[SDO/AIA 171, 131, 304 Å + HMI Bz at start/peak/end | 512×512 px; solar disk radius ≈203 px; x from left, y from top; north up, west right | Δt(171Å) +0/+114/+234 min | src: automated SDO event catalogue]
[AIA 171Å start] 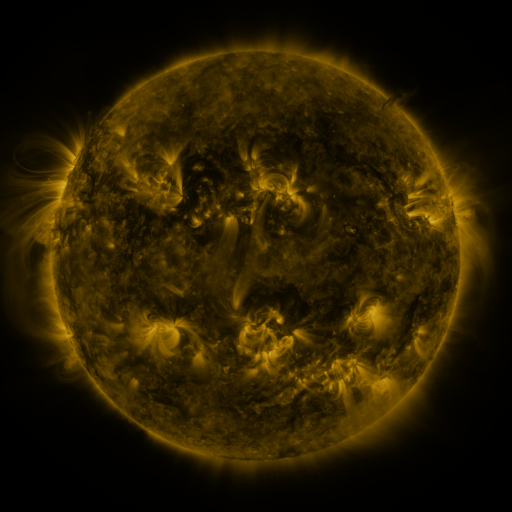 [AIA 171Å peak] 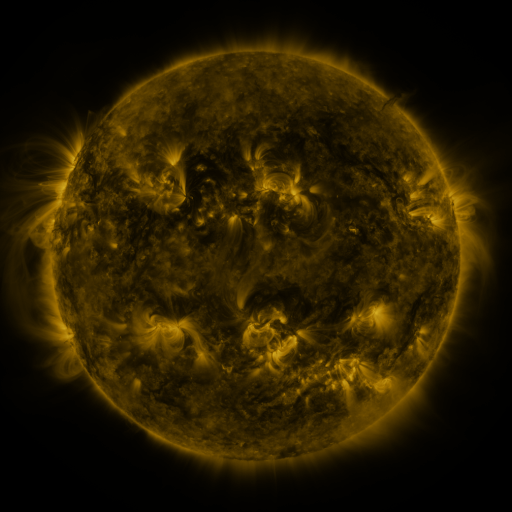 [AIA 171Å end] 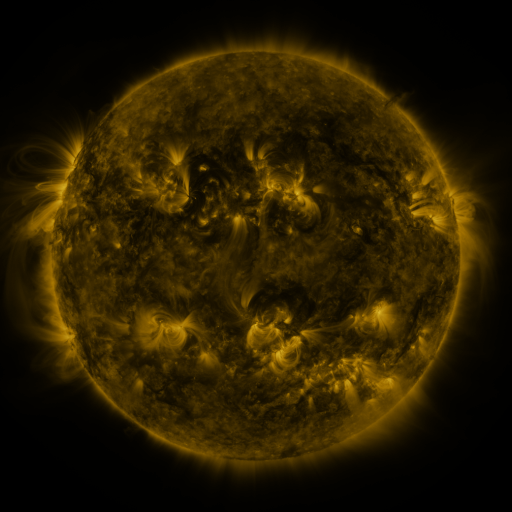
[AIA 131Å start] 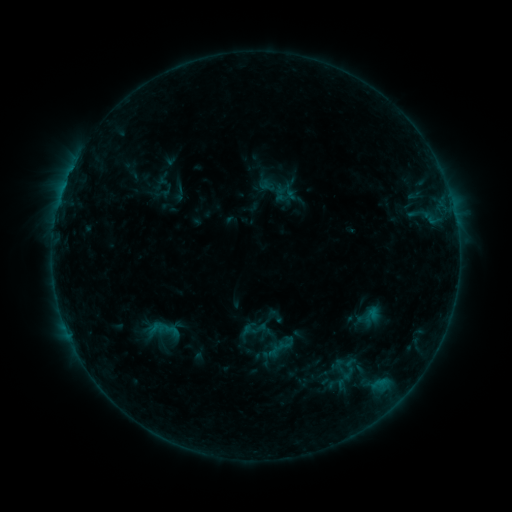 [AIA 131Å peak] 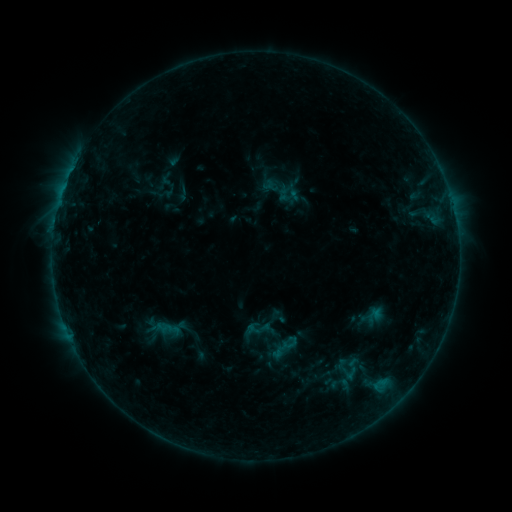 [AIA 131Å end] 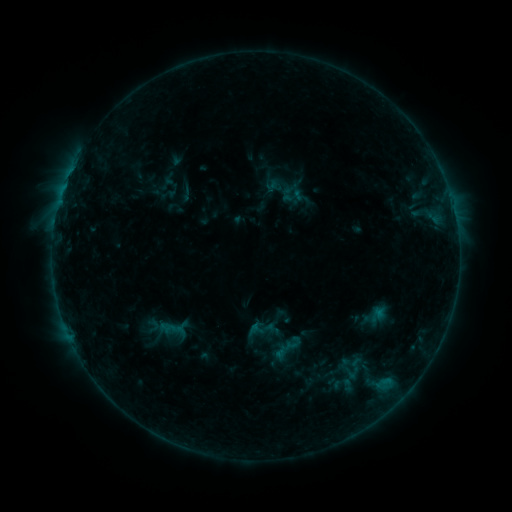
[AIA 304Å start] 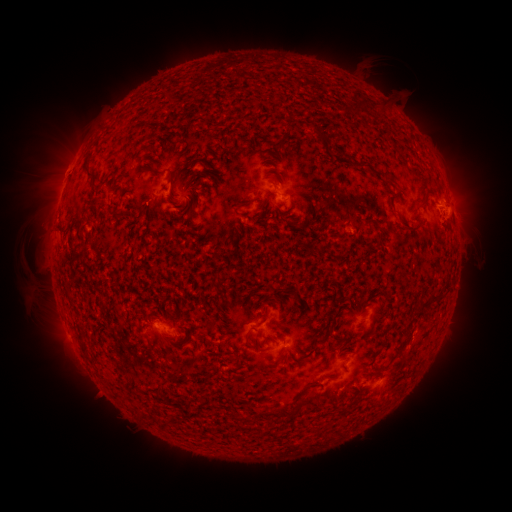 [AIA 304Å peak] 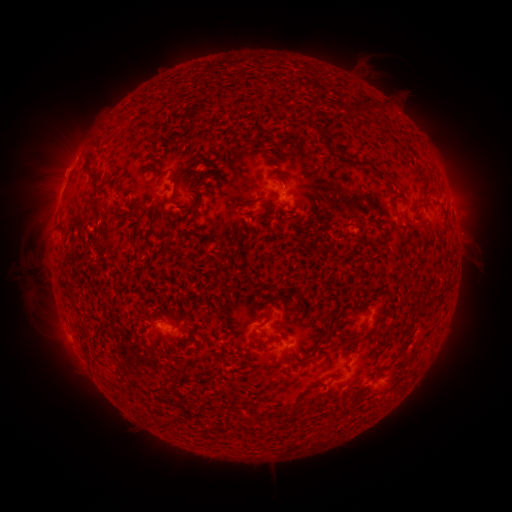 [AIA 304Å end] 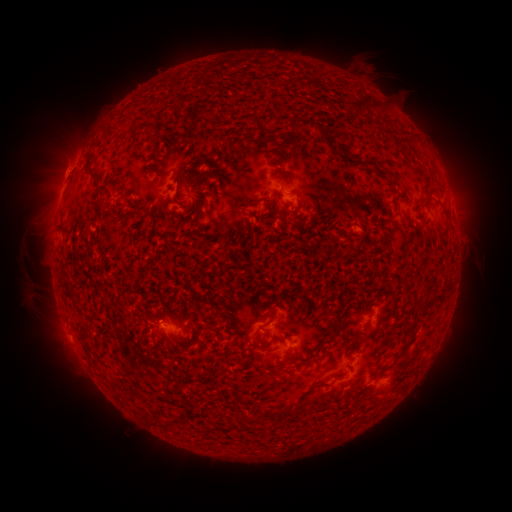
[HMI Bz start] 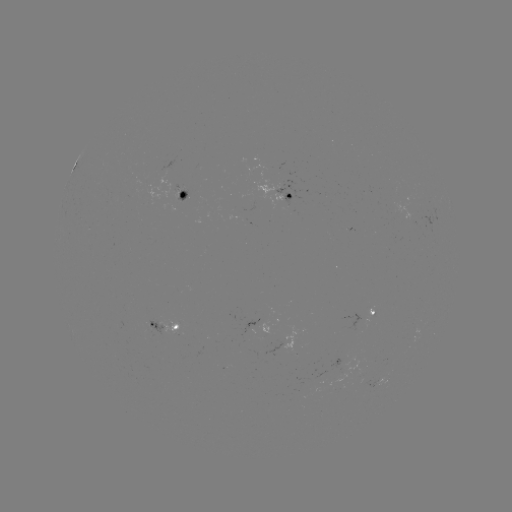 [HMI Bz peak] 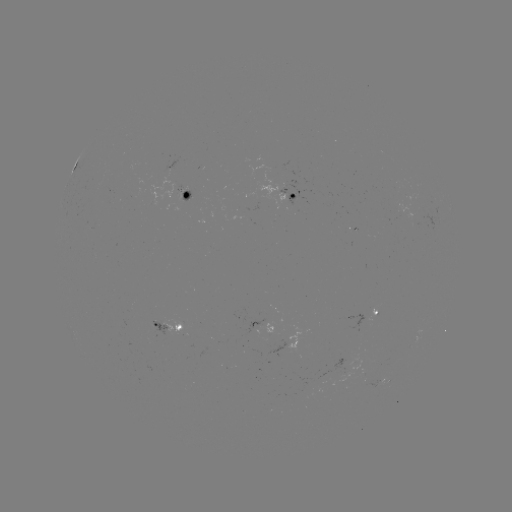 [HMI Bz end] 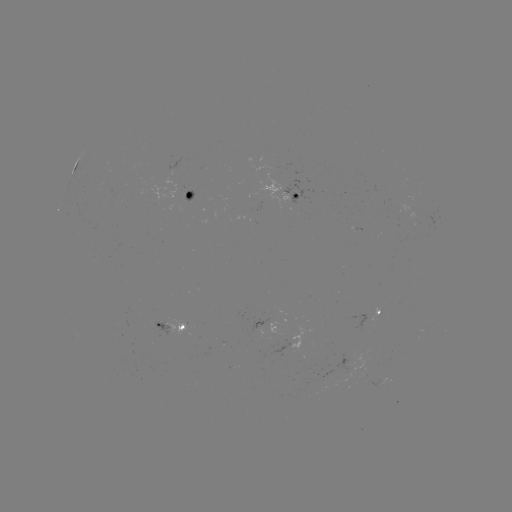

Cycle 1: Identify filament eruption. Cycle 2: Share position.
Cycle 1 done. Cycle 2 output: (45, 283).